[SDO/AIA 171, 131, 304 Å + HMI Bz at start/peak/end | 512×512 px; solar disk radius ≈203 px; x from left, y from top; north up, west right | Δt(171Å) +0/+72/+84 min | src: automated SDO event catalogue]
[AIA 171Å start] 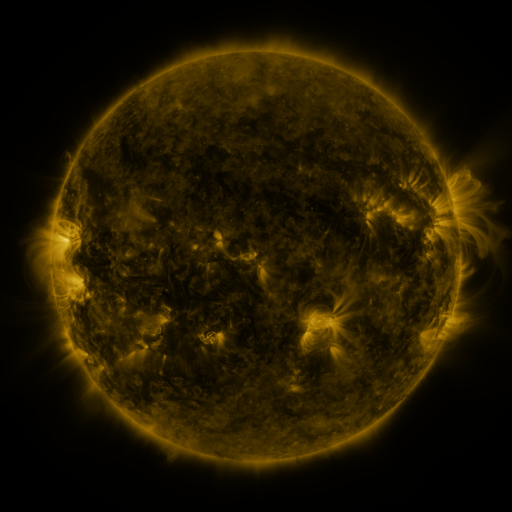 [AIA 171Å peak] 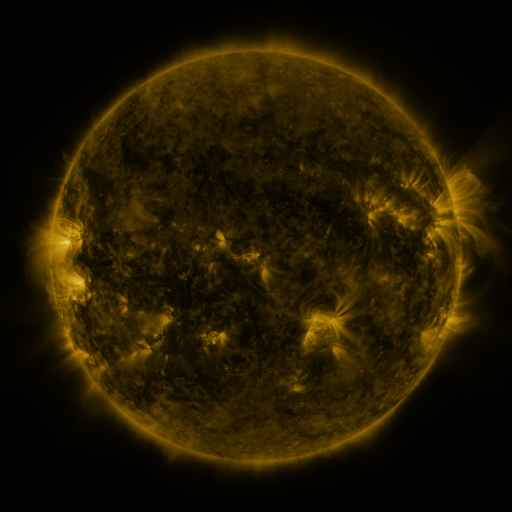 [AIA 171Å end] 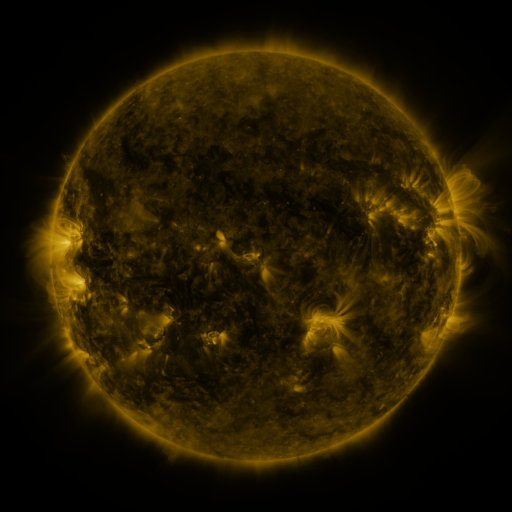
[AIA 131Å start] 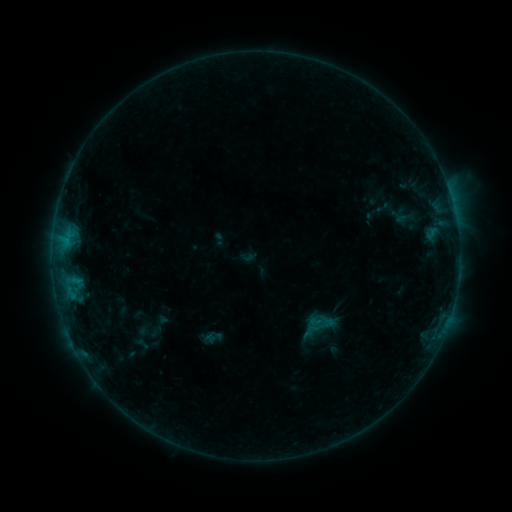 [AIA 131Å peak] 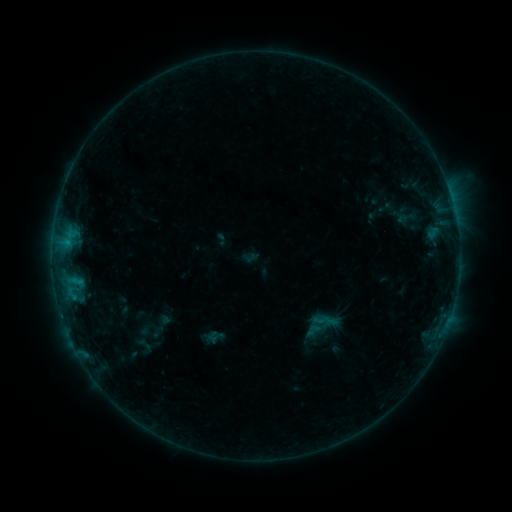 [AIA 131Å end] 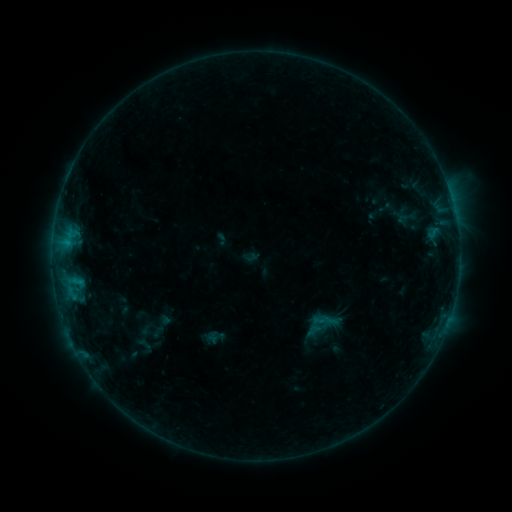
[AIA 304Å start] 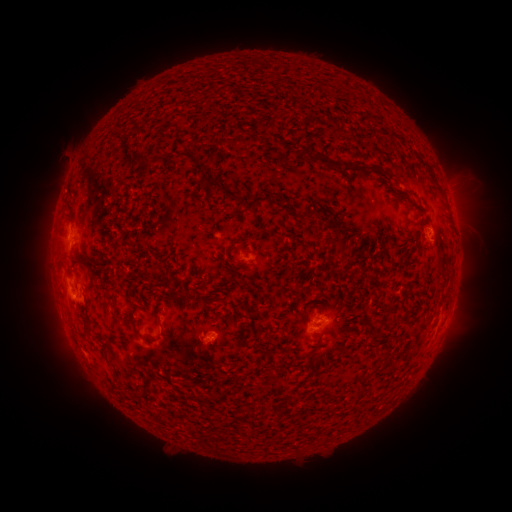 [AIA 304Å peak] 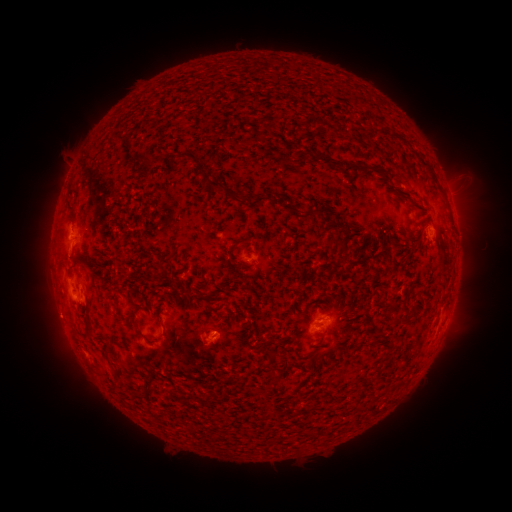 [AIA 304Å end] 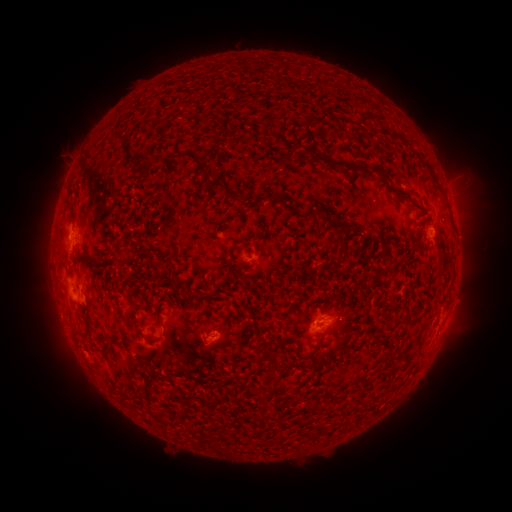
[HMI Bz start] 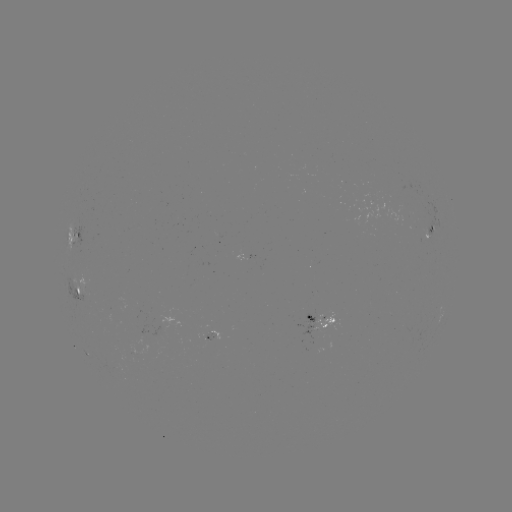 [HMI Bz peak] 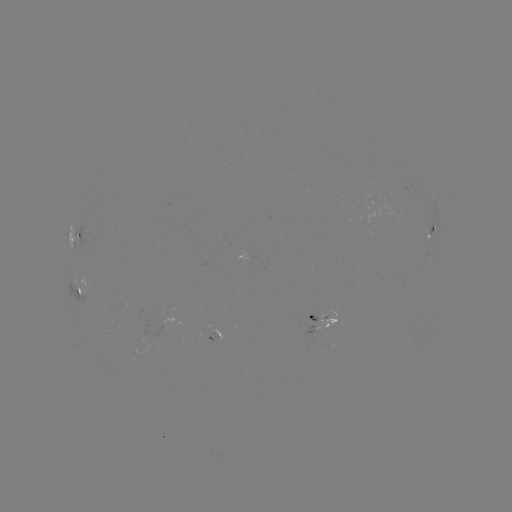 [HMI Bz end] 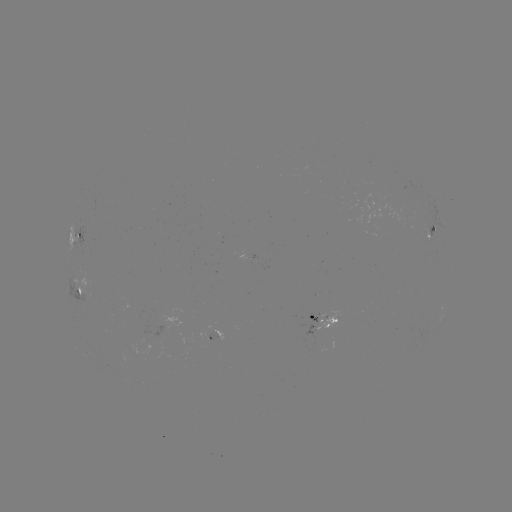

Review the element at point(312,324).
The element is emerging-flux region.